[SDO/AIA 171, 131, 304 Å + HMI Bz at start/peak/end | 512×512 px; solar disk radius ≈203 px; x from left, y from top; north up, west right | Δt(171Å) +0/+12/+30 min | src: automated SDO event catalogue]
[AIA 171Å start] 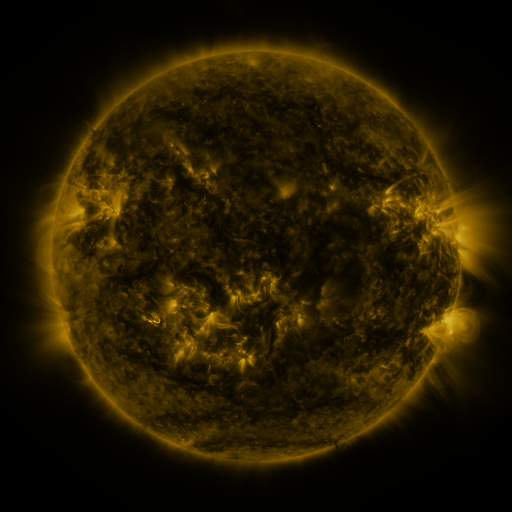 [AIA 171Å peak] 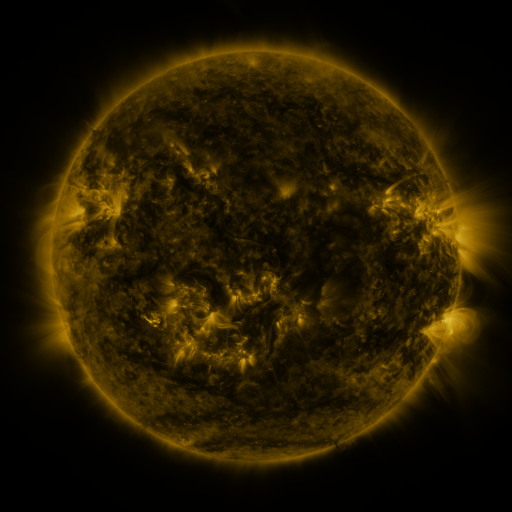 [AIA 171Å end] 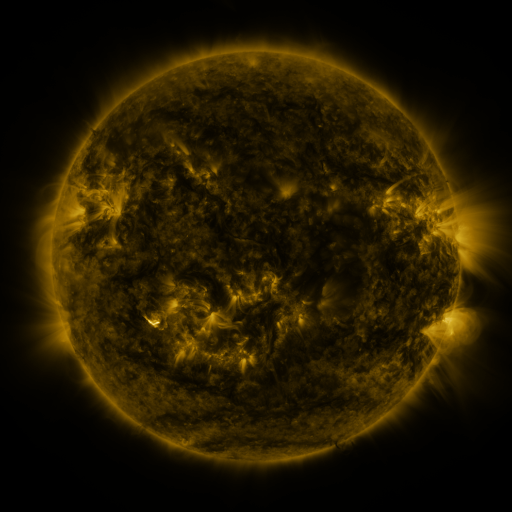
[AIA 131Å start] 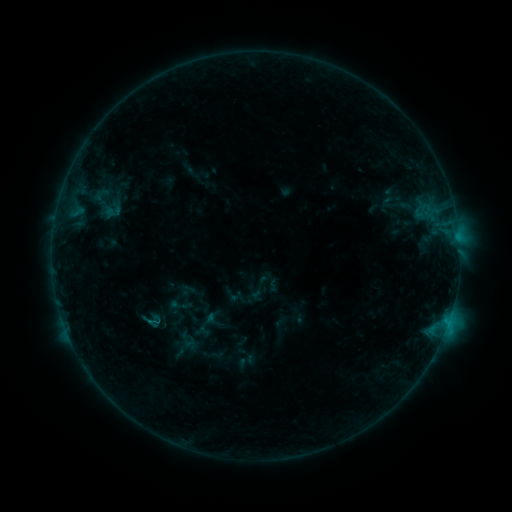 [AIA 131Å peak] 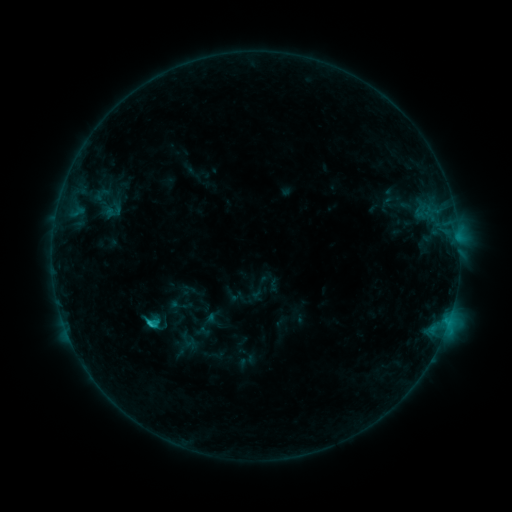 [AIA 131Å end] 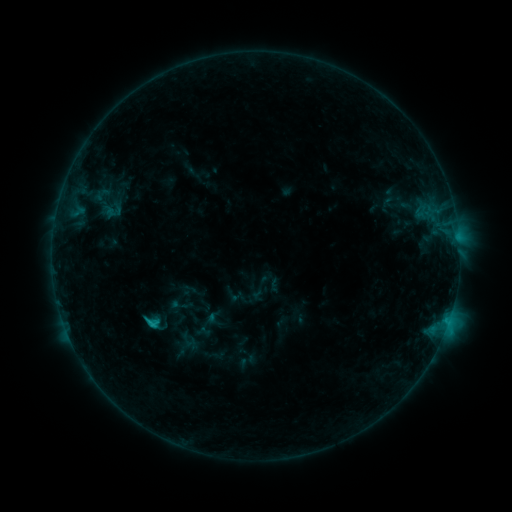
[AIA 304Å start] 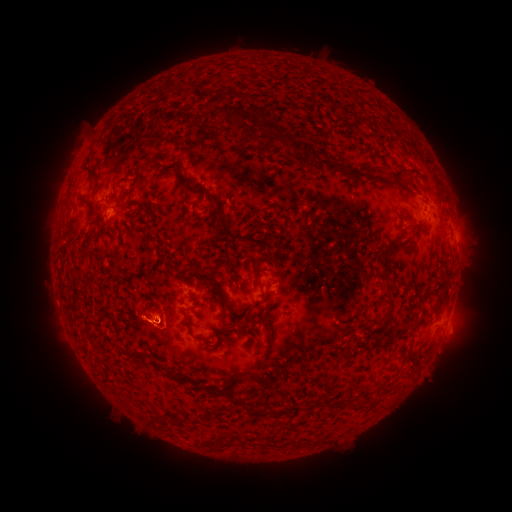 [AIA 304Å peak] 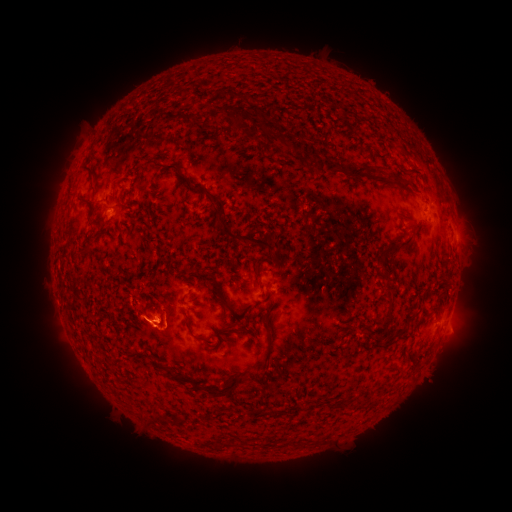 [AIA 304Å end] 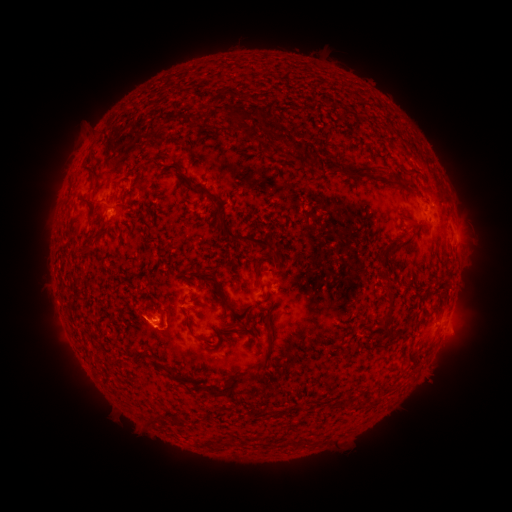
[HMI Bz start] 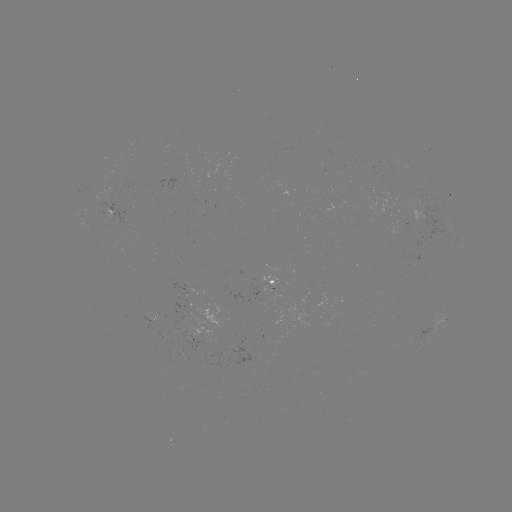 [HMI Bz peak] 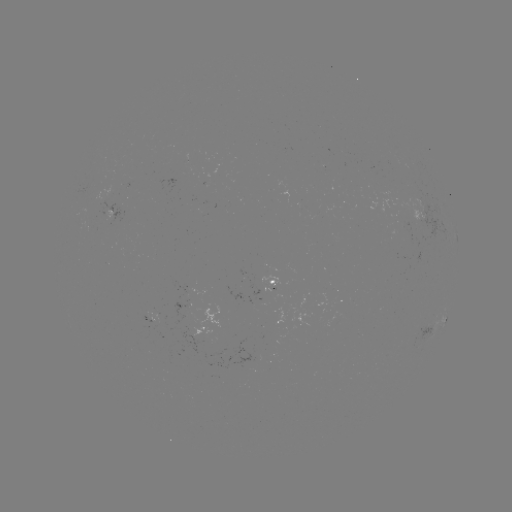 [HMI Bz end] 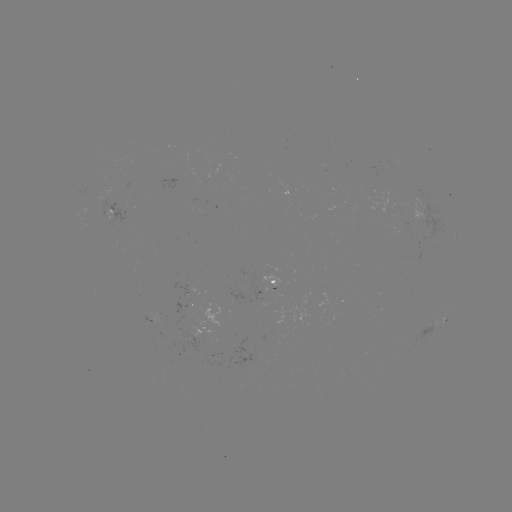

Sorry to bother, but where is C1.1 flare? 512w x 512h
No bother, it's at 151,323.